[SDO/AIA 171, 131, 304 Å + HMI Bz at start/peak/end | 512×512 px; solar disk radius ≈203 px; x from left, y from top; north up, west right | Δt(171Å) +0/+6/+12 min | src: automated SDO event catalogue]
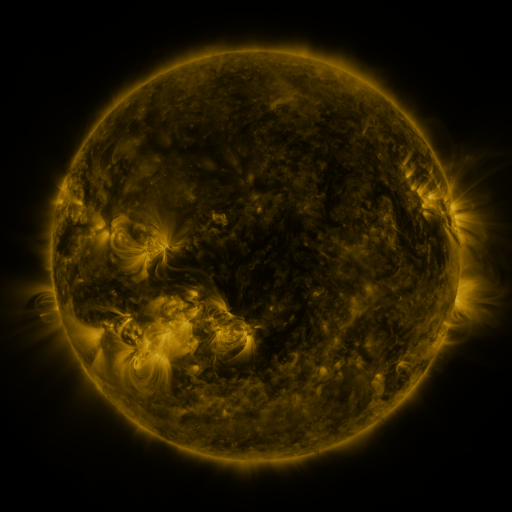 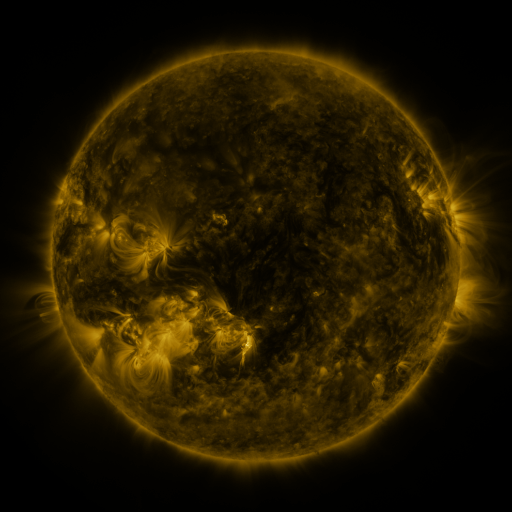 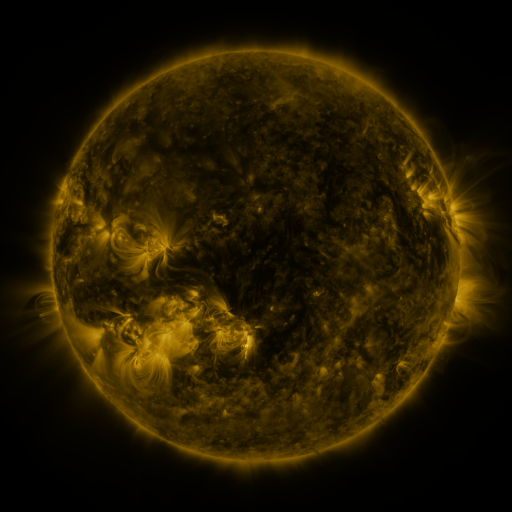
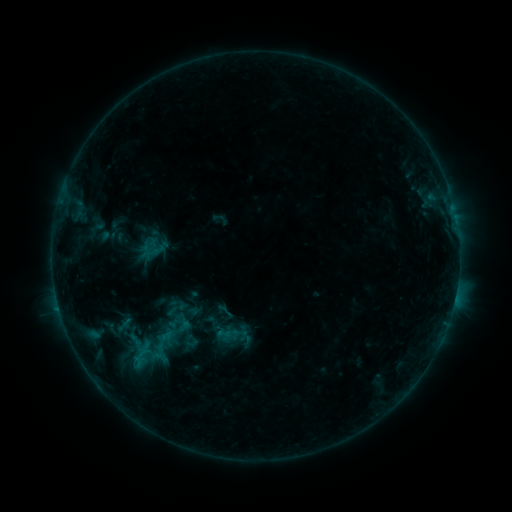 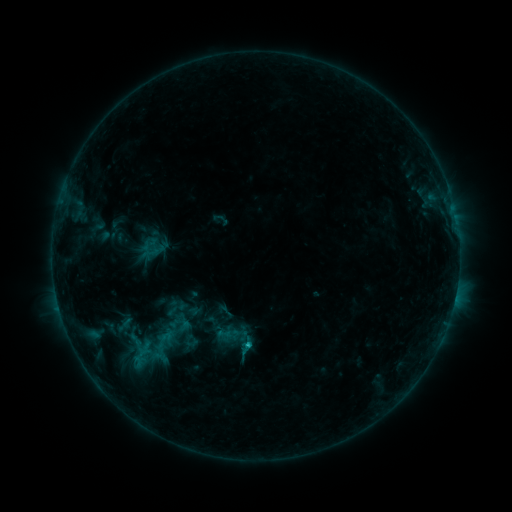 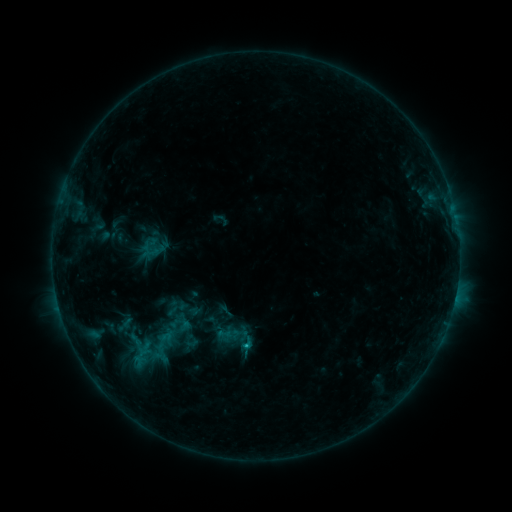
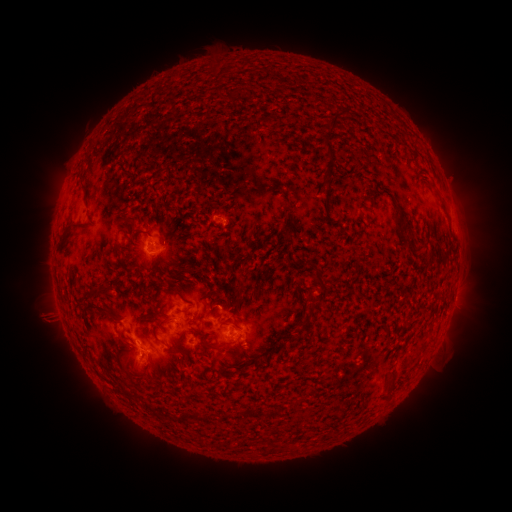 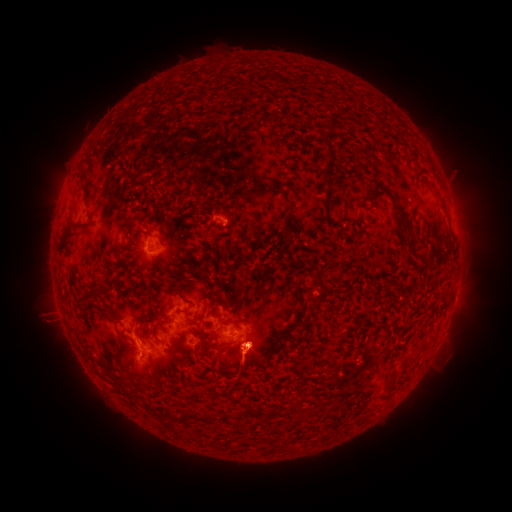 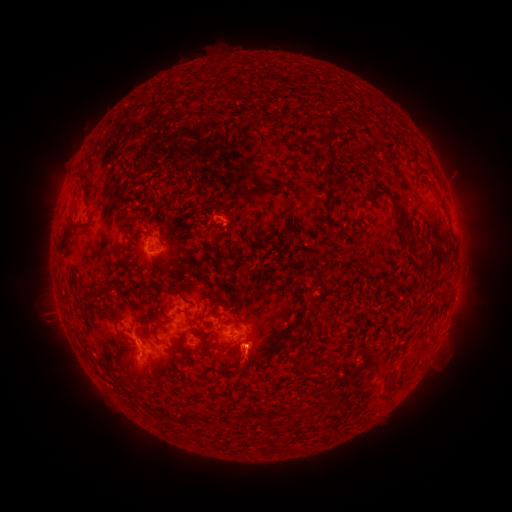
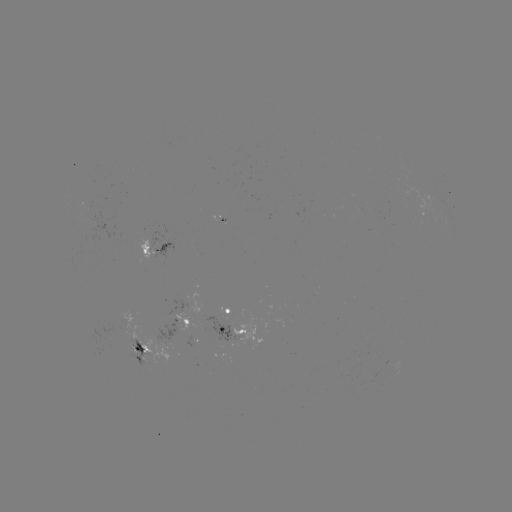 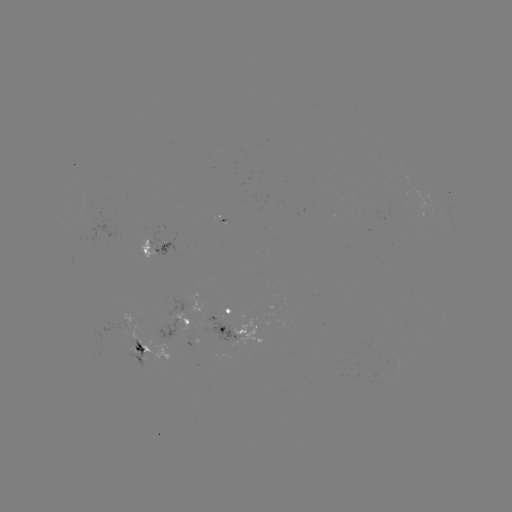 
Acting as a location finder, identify B9.4 flare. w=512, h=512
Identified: (249, 343).